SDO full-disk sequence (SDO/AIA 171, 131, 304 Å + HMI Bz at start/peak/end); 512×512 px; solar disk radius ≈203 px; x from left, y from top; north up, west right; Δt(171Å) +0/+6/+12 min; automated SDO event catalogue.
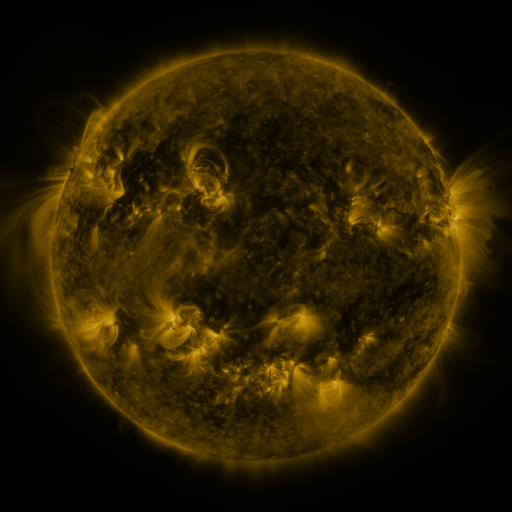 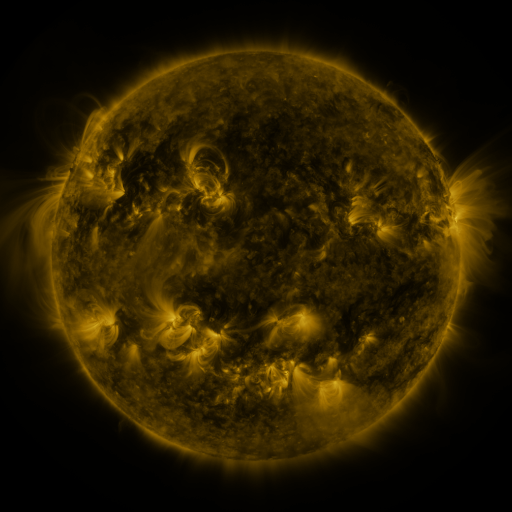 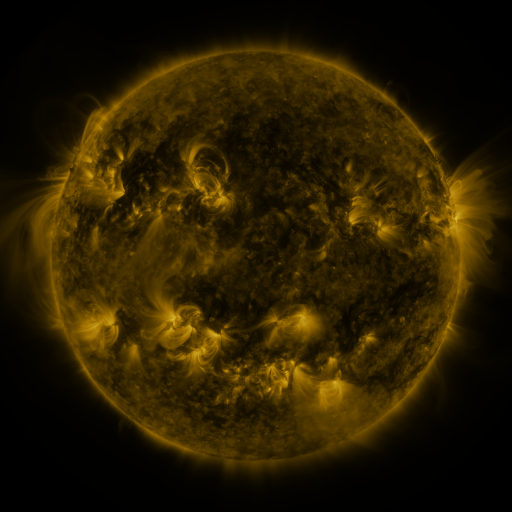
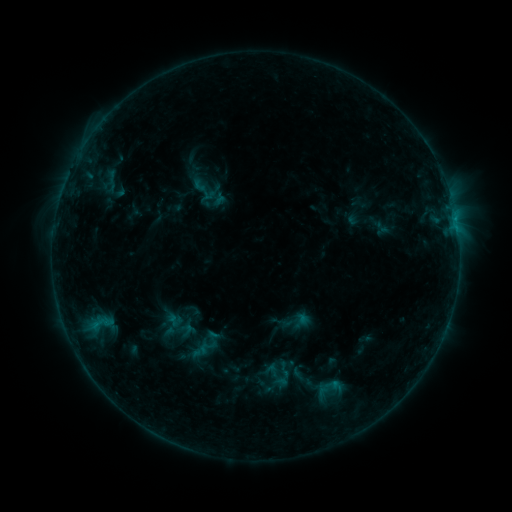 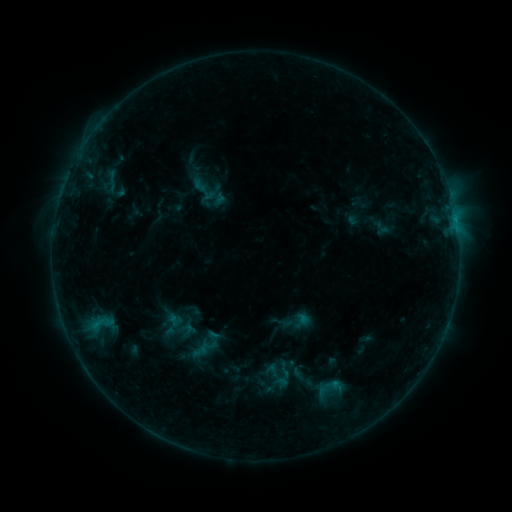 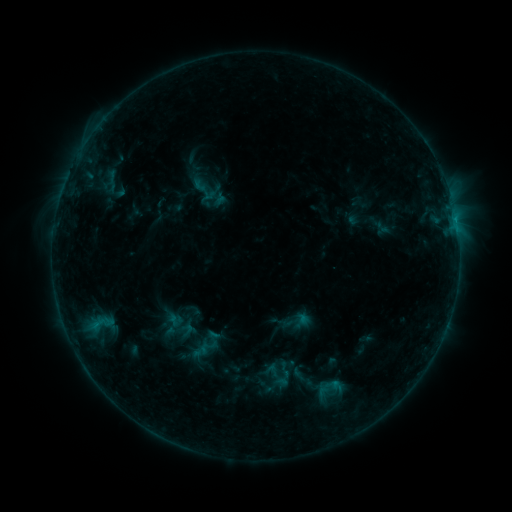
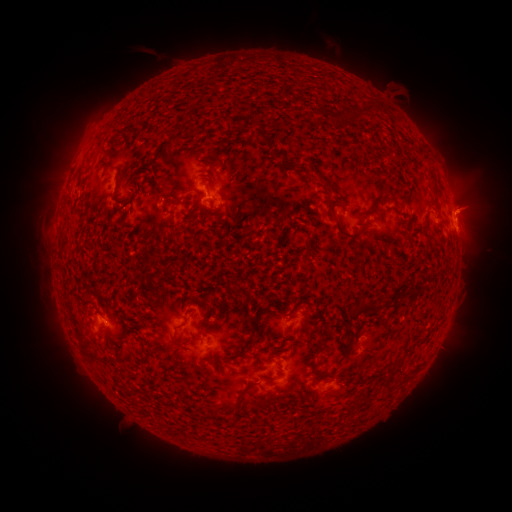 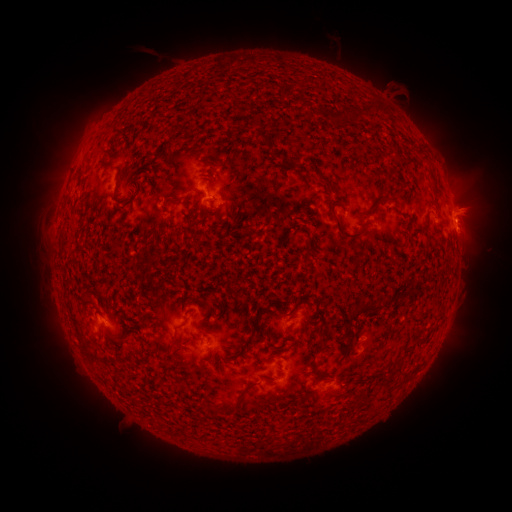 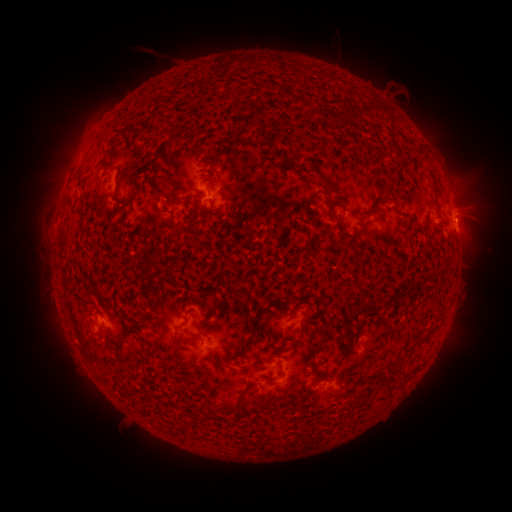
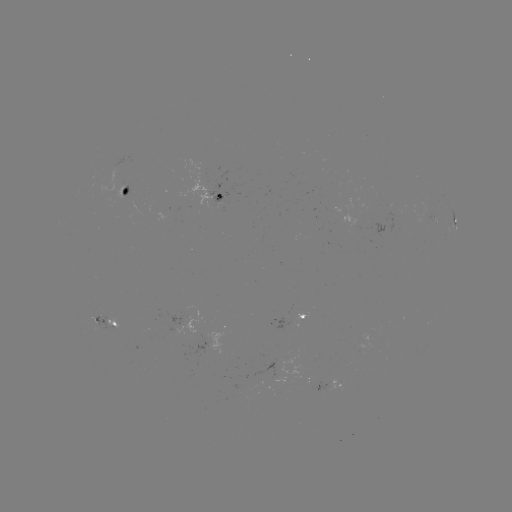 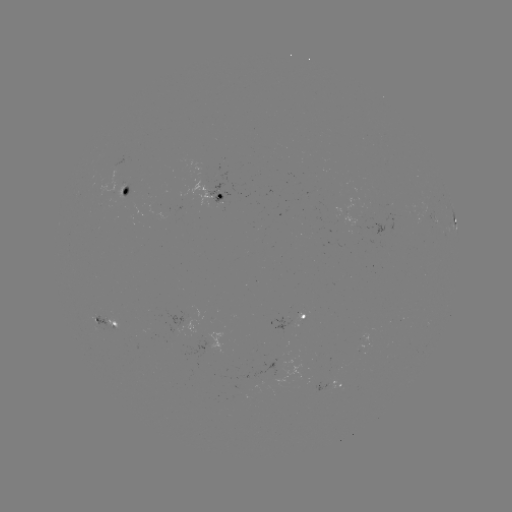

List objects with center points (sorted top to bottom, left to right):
eruption: (472, 203)
